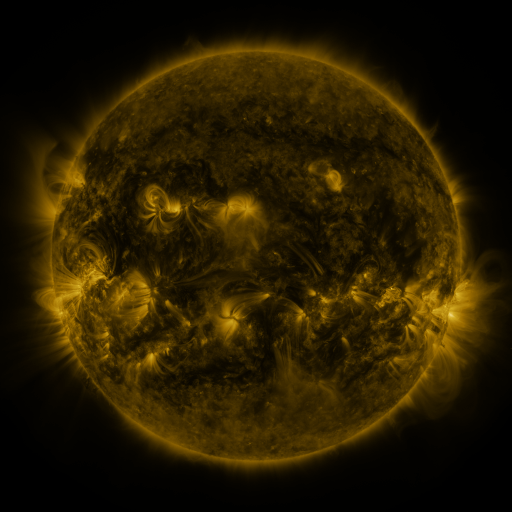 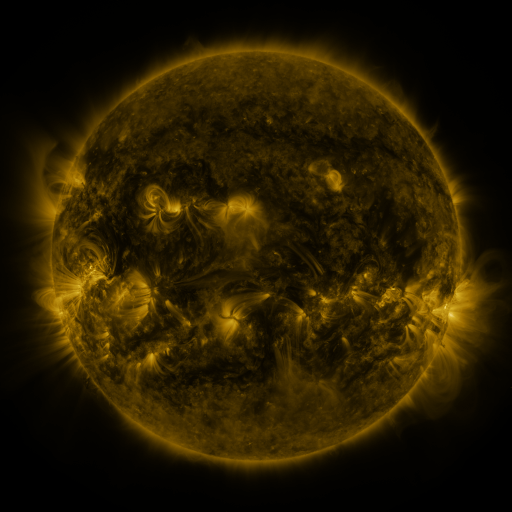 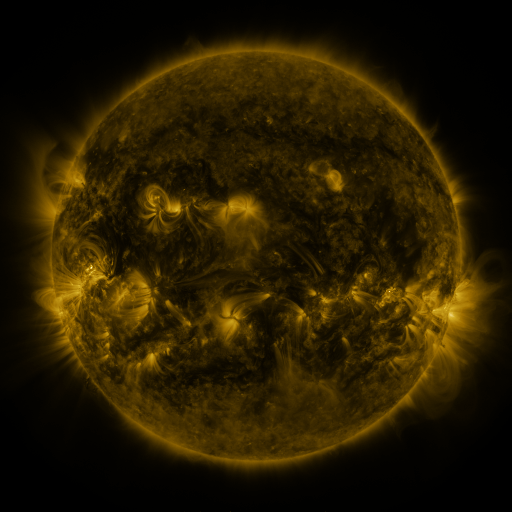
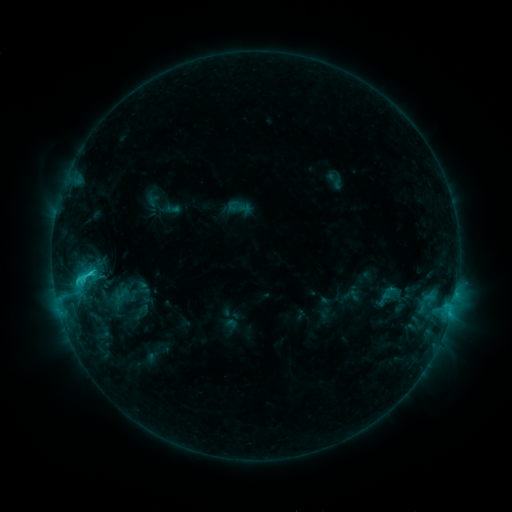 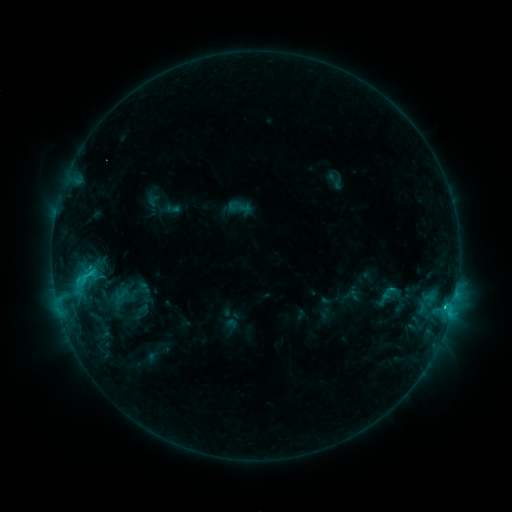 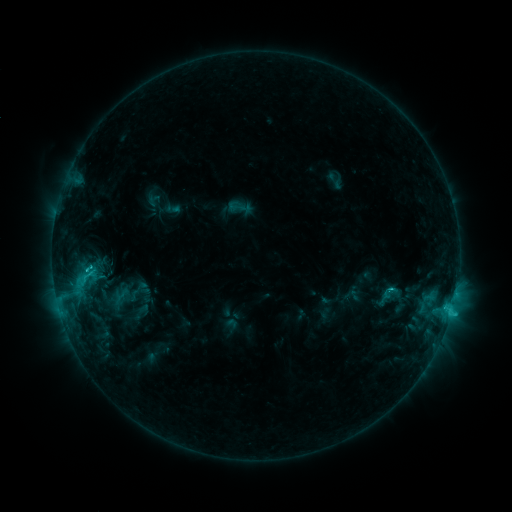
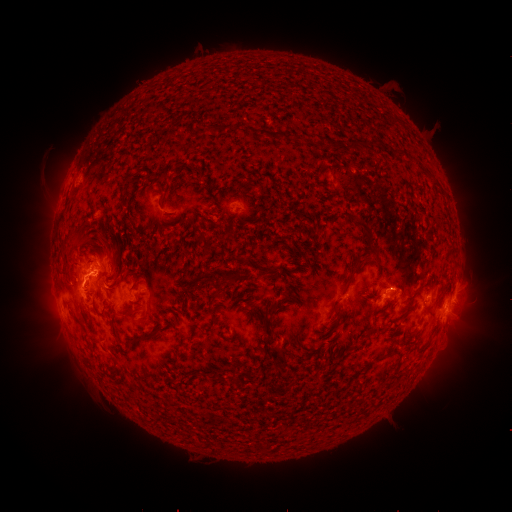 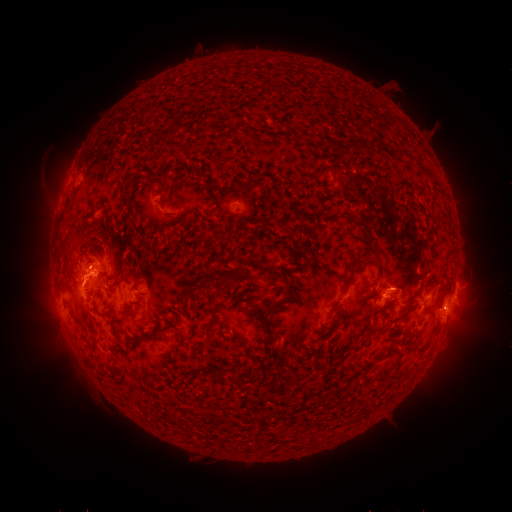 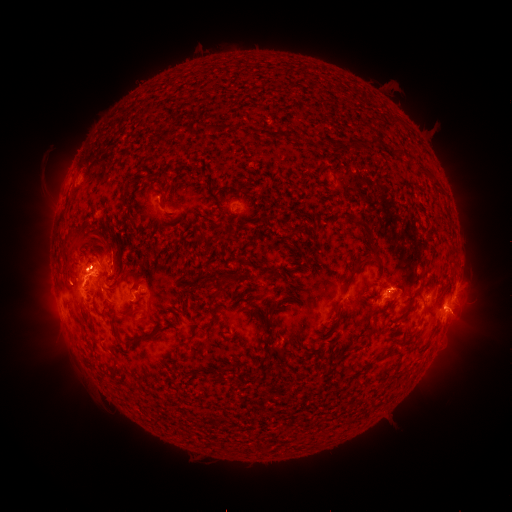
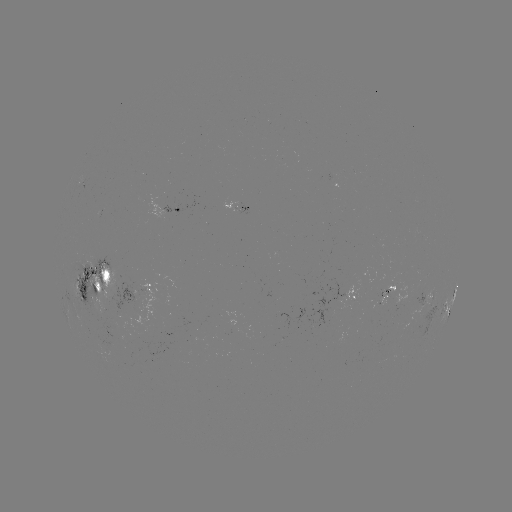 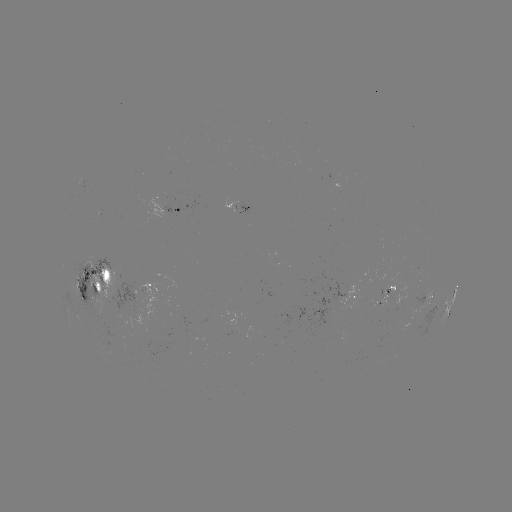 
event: eruption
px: (465, 315)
